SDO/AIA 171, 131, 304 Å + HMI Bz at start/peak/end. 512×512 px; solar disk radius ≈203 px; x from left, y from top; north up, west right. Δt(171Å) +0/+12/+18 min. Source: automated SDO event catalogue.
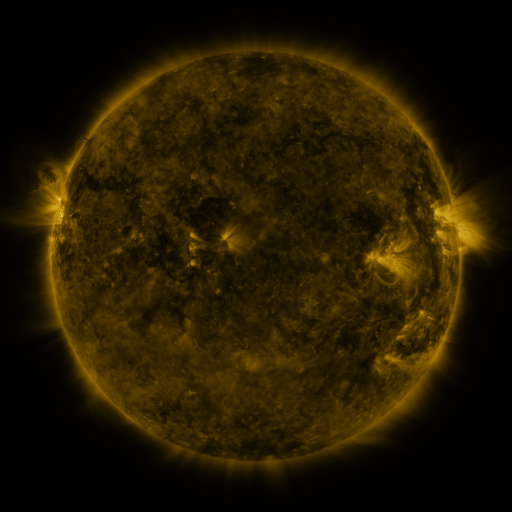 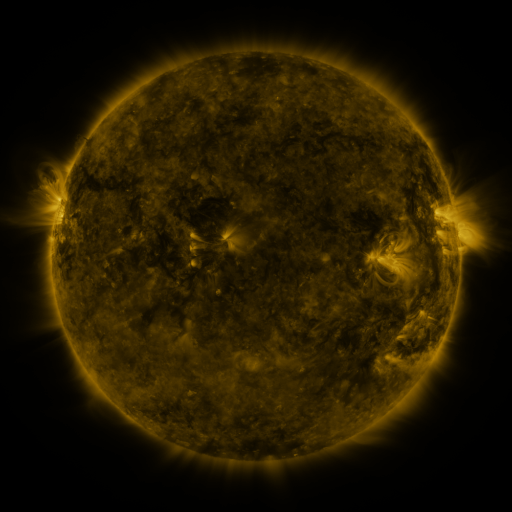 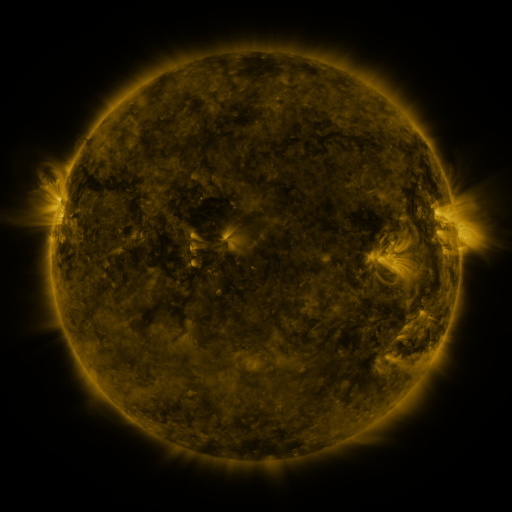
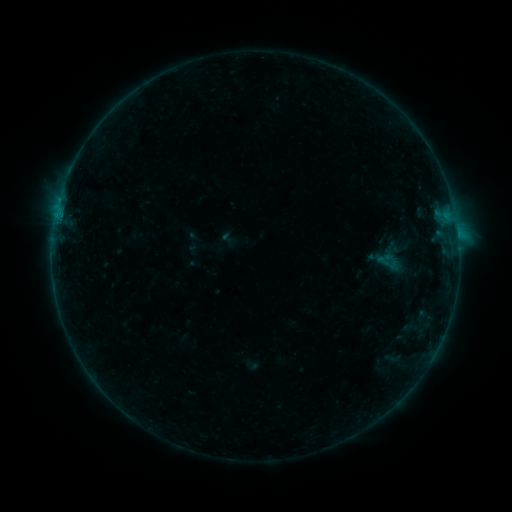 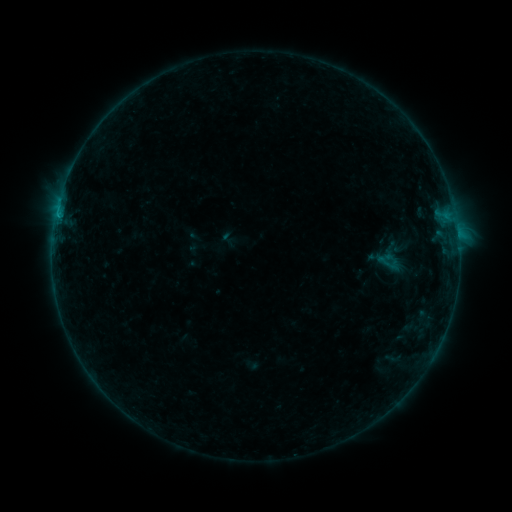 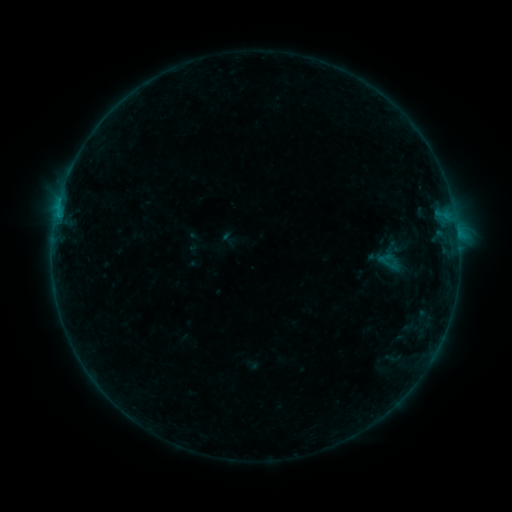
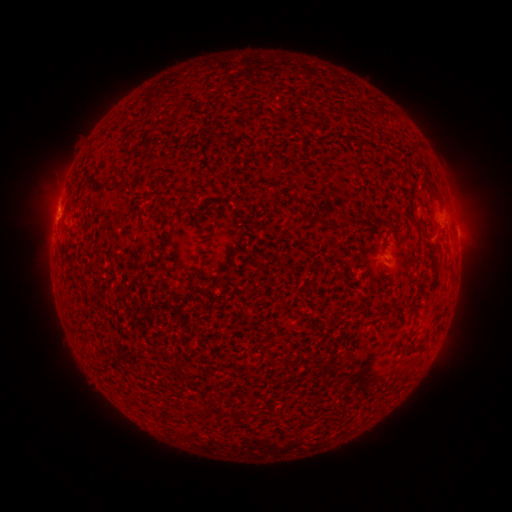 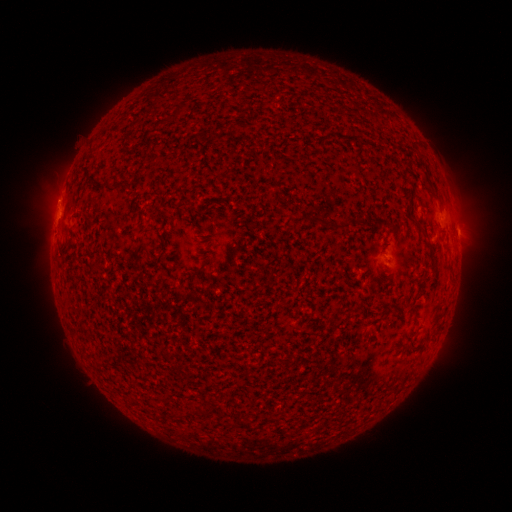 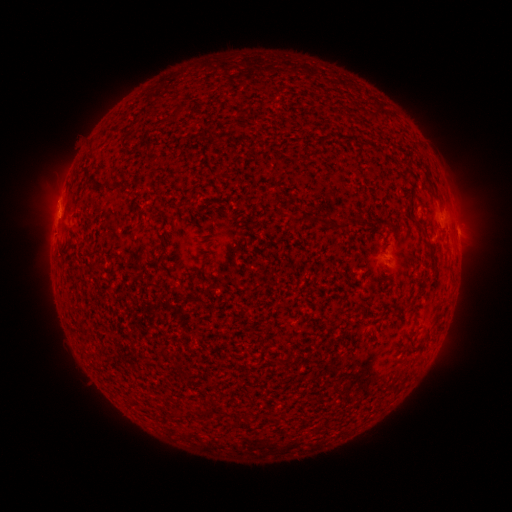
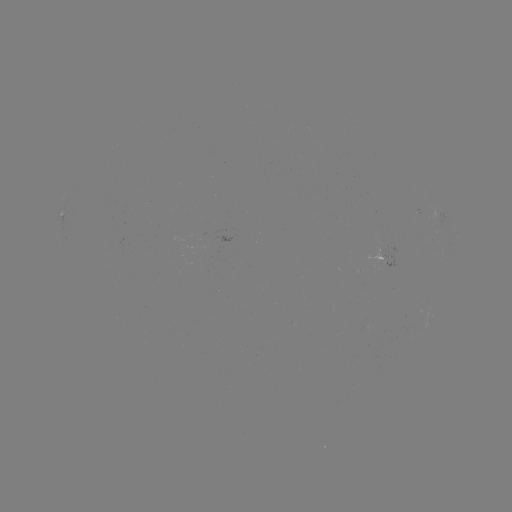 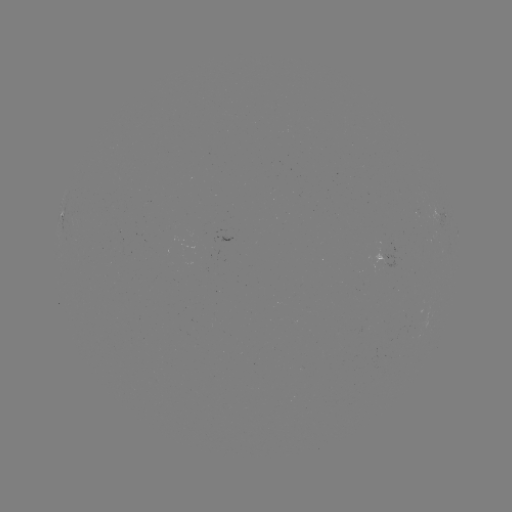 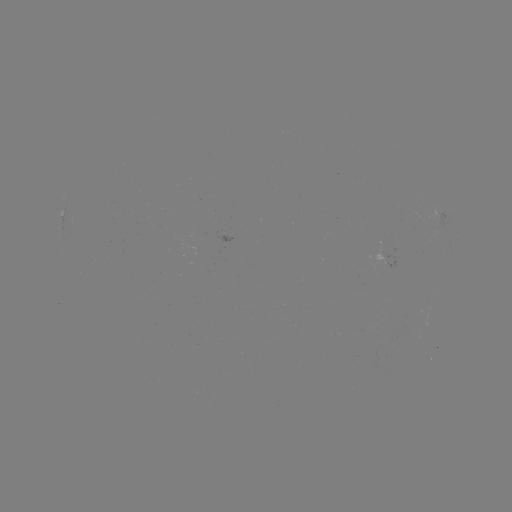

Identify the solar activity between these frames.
B4.1 flare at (59, 217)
